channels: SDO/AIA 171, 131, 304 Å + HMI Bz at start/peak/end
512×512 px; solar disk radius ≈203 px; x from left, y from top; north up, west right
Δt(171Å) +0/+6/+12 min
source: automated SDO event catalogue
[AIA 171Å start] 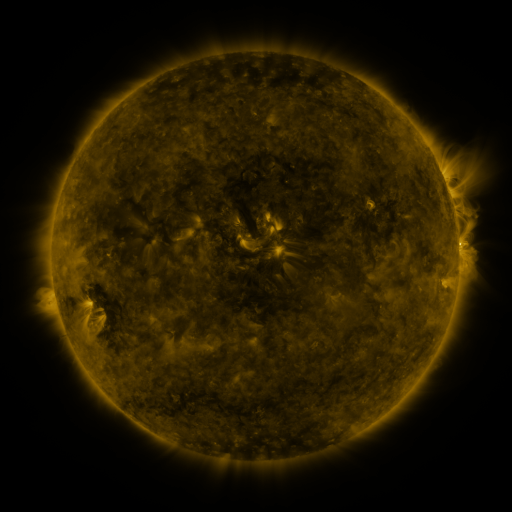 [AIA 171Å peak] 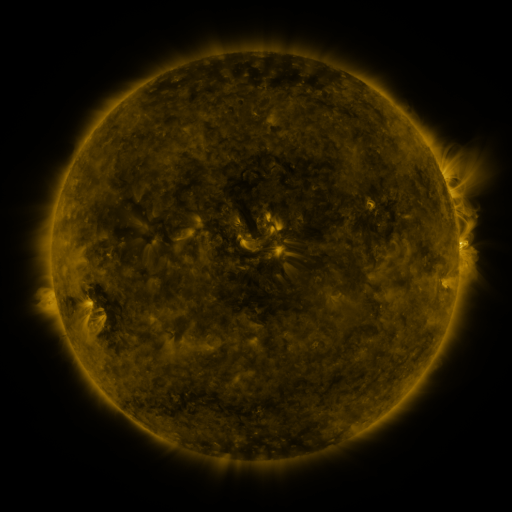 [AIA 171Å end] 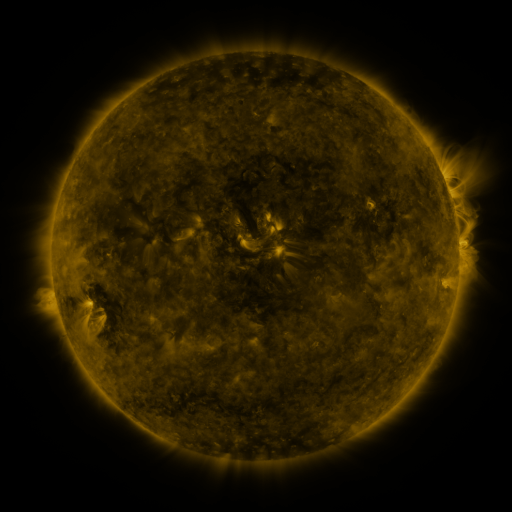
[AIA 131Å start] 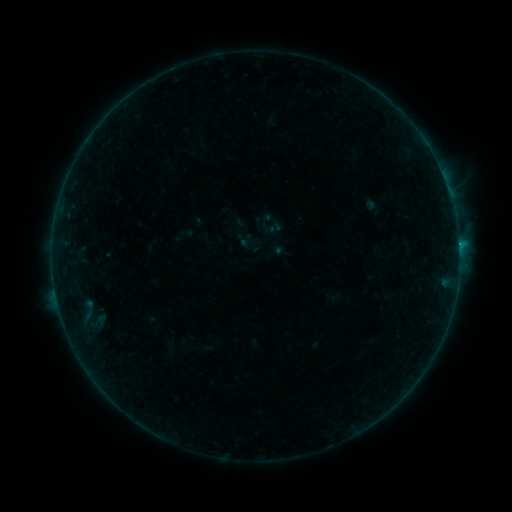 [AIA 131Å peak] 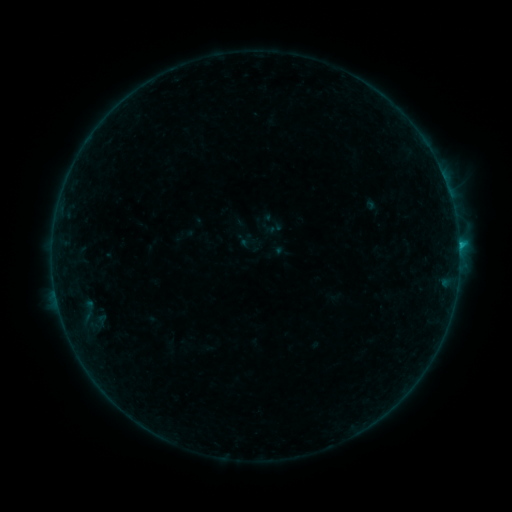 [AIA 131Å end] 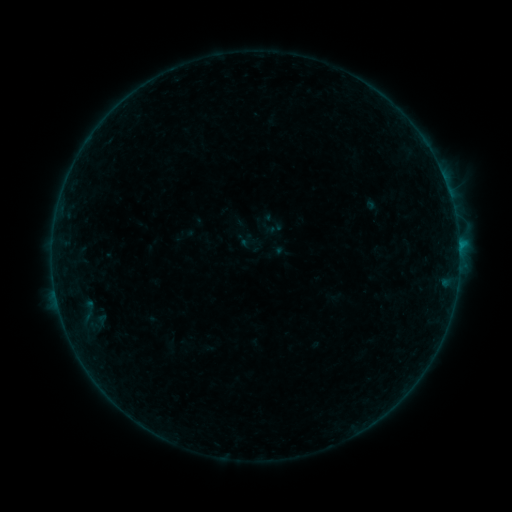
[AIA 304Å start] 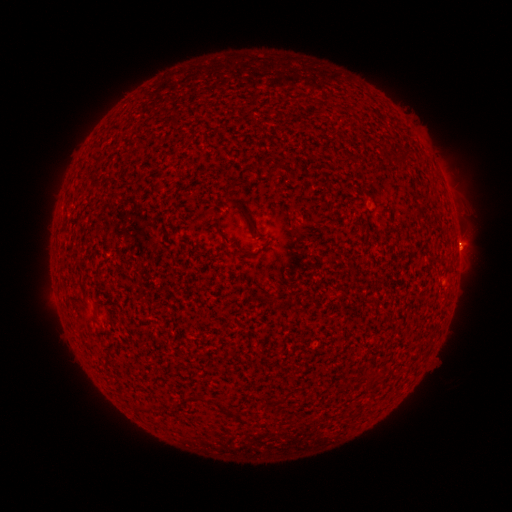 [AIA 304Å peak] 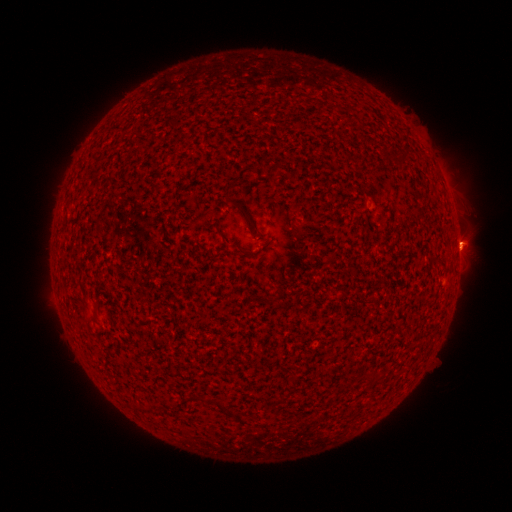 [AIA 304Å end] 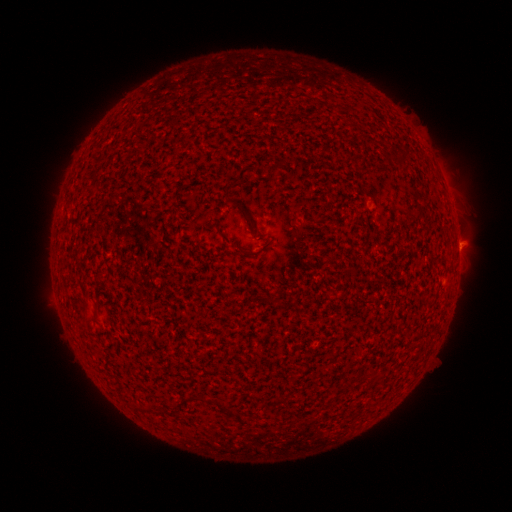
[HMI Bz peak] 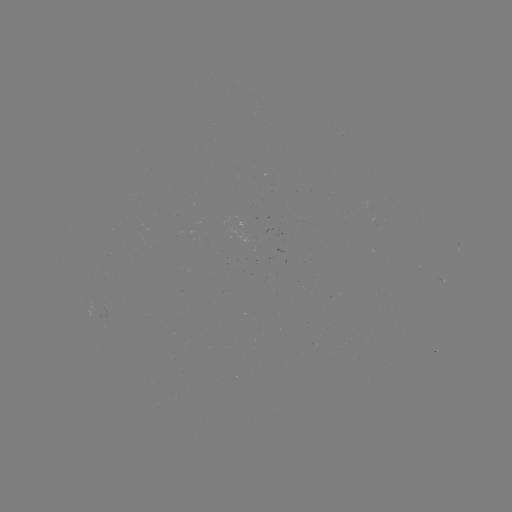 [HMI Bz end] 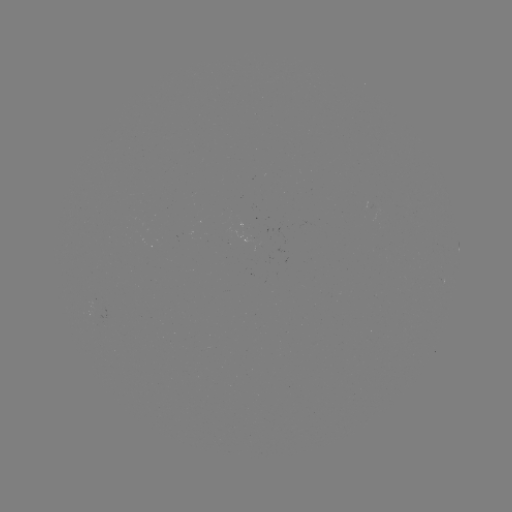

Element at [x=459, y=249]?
B2.6 flare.